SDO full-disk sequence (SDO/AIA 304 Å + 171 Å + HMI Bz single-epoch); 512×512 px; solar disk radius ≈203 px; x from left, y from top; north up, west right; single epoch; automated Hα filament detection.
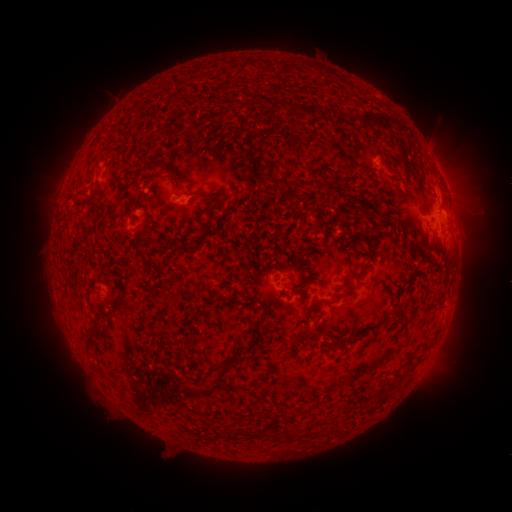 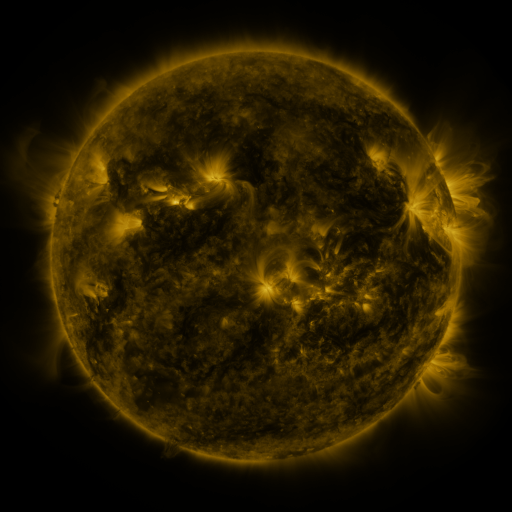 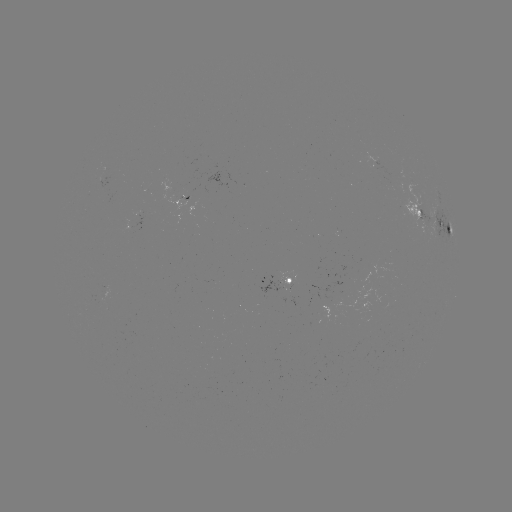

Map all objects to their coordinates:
filament: (280, 104)
filament: (306, 110)
filament: (376, 120)
filament: (295, 144)
filament: (350, 163)
filament: (274, 180)
filament: (337, 181)
filament: (355, 214)
filament: (449, 231)
filament: (196, 239)
filament: (132, 272)
filament: (356, 276)
filament: (125, 288)
filament: (409, 303)
filament: (309, 313)
filament: (97, 318)
filament: (258, 324)
filament: (252, 345)
filament: (225, 363)
filament: (256, 435)
